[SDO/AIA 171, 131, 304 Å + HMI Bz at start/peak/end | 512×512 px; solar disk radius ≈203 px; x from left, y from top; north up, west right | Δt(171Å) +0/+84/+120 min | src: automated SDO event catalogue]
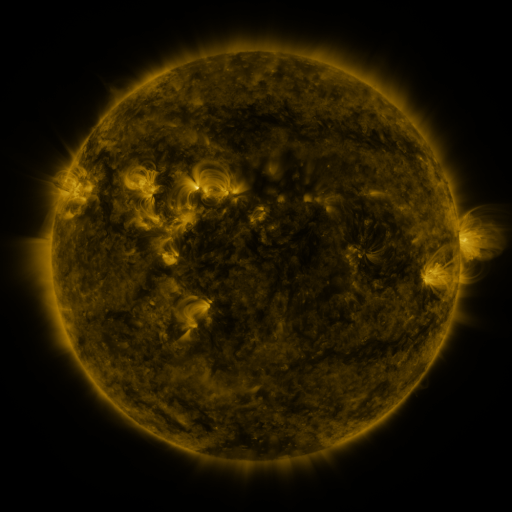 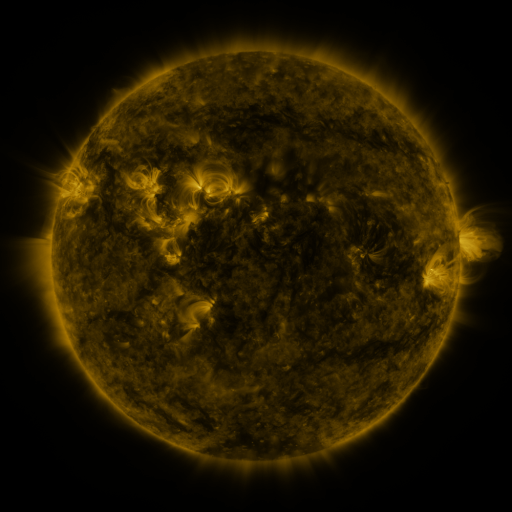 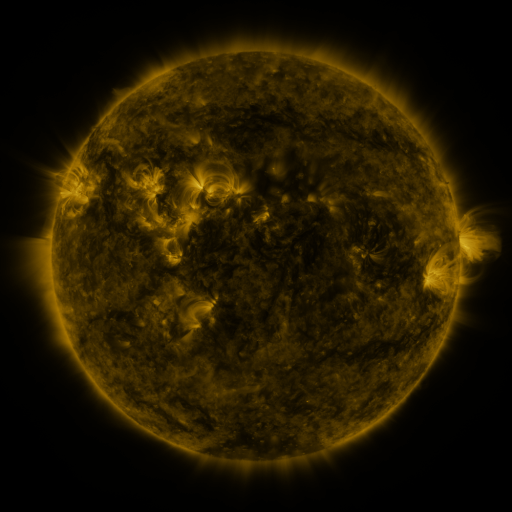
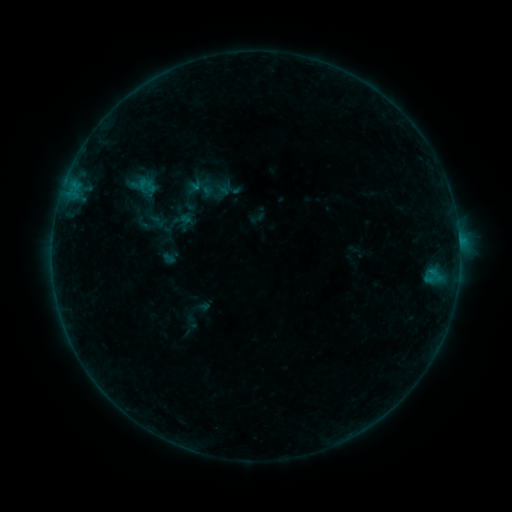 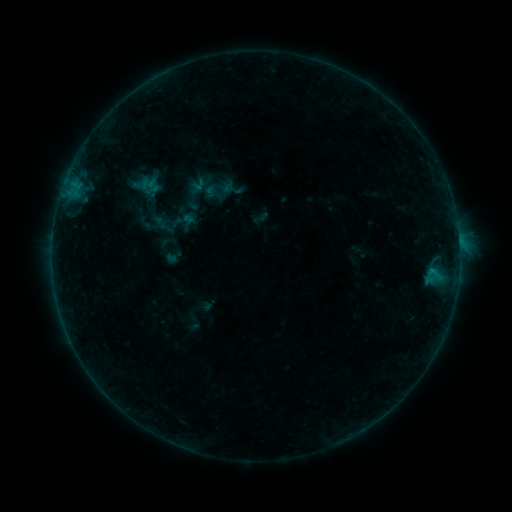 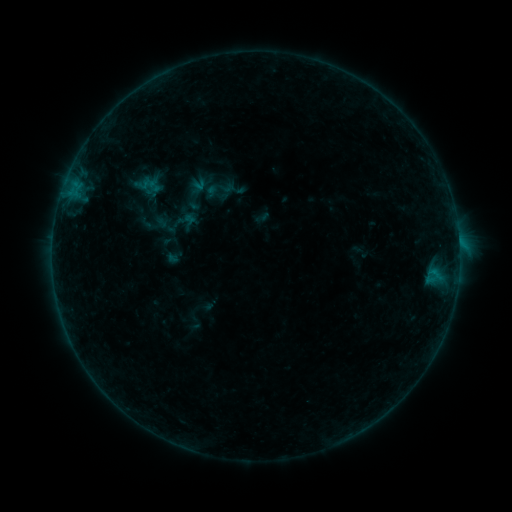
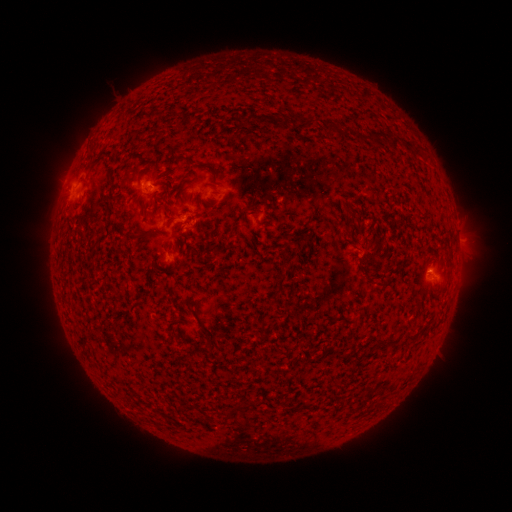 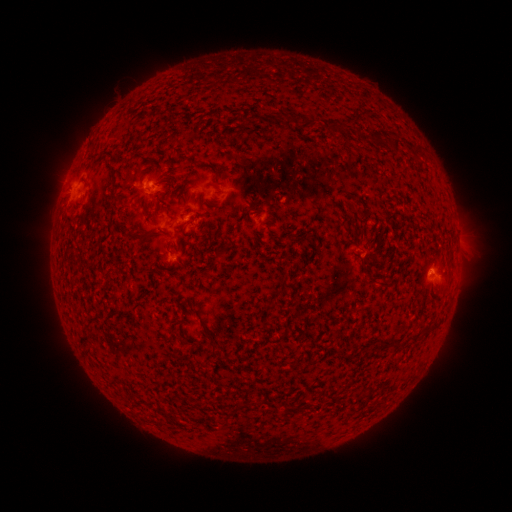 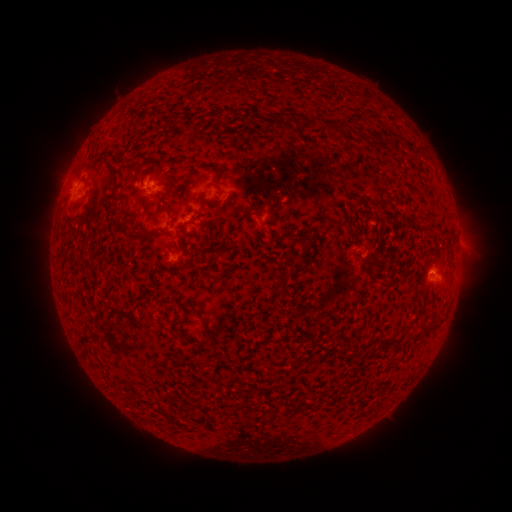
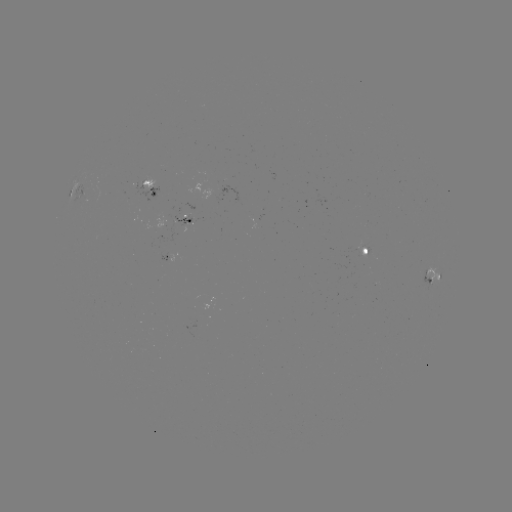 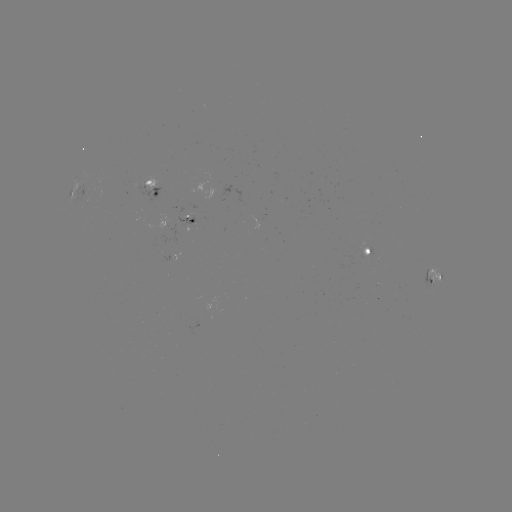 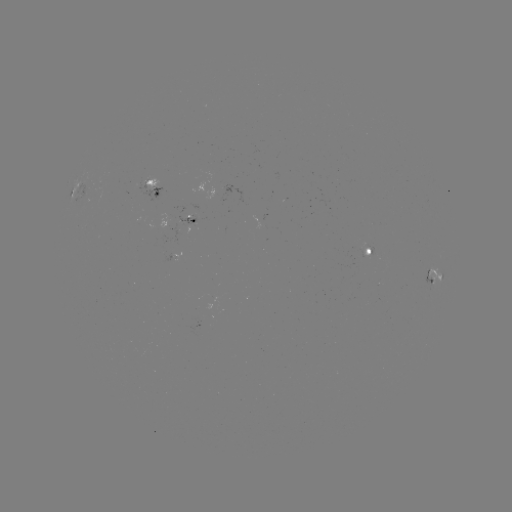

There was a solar emerging-flux region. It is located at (181, 222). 